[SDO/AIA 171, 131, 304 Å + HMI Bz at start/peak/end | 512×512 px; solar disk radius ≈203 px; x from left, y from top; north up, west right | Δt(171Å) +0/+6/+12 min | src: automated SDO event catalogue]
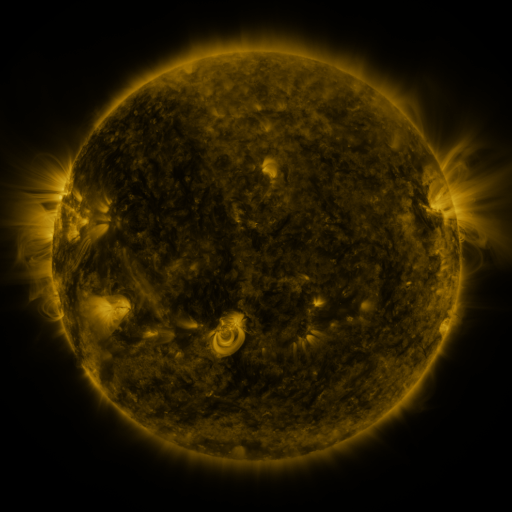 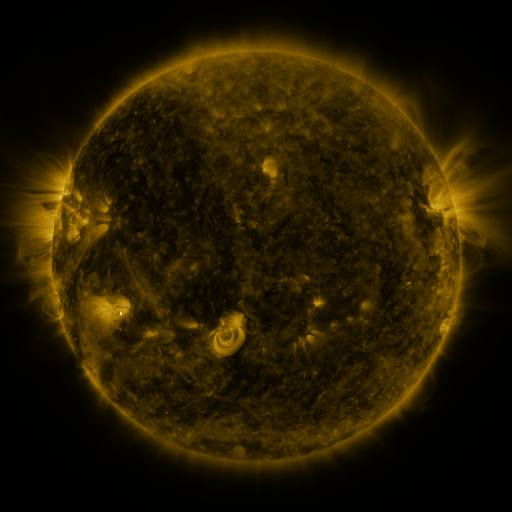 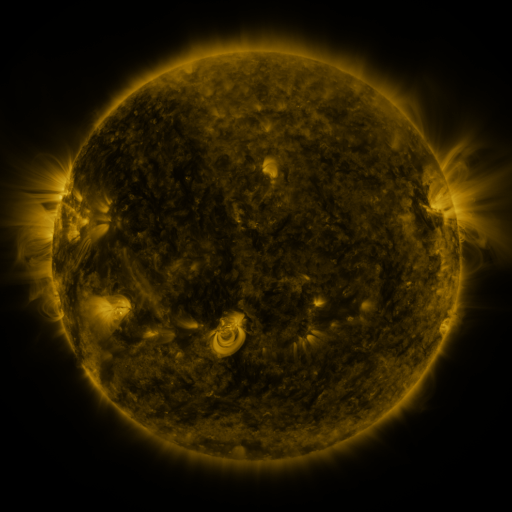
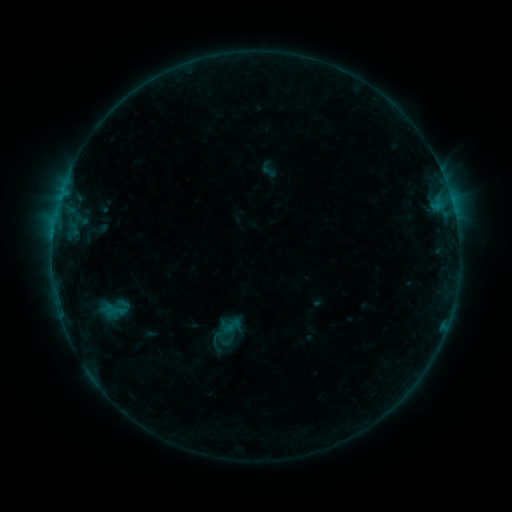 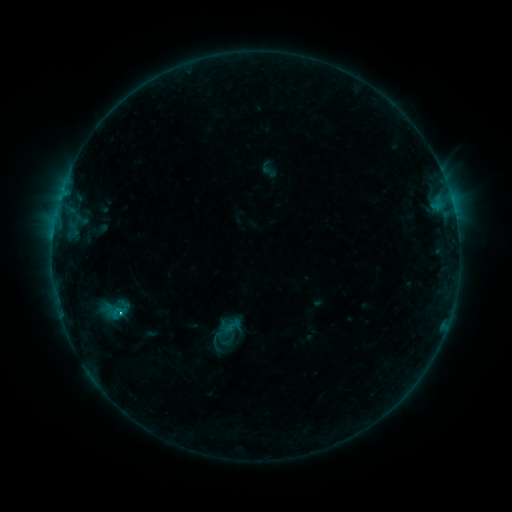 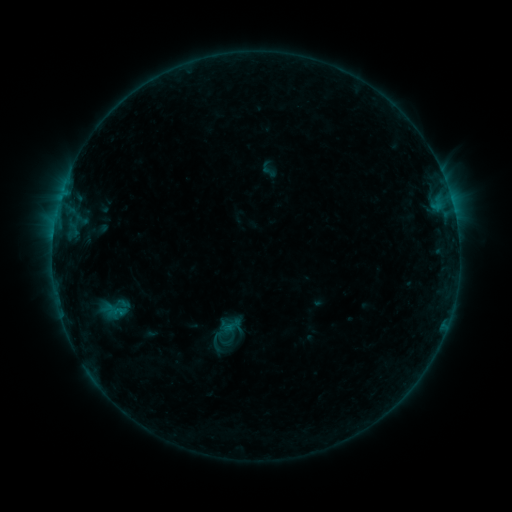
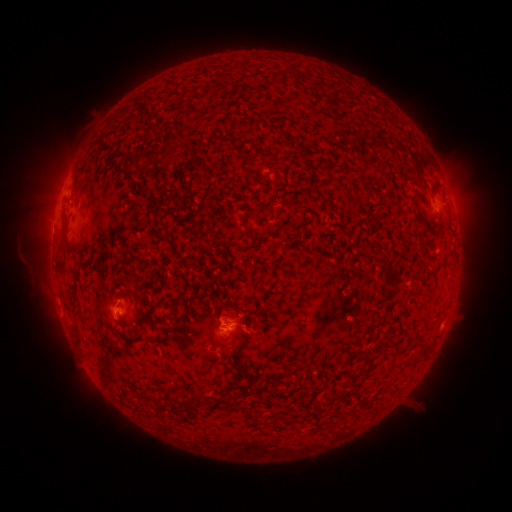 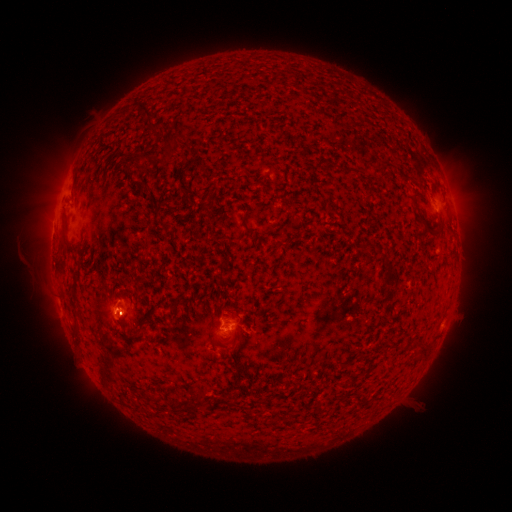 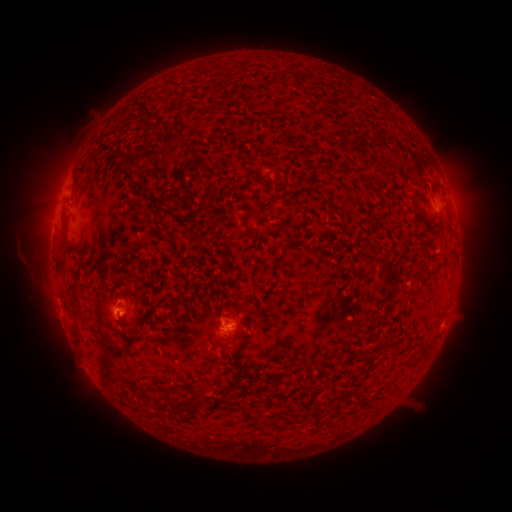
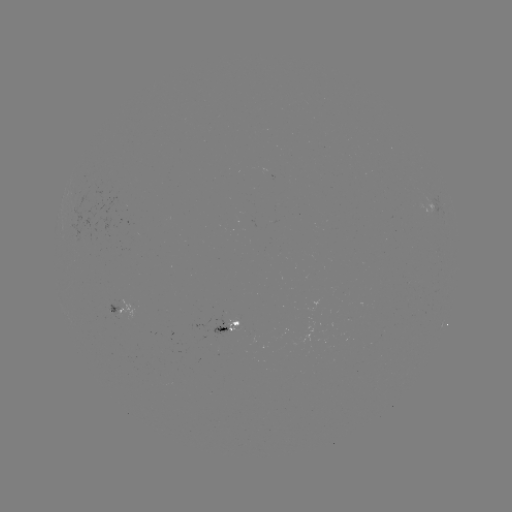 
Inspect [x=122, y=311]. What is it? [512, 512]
B5.8 flare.